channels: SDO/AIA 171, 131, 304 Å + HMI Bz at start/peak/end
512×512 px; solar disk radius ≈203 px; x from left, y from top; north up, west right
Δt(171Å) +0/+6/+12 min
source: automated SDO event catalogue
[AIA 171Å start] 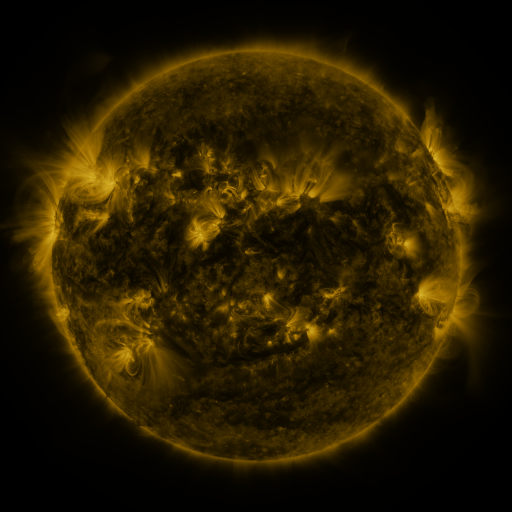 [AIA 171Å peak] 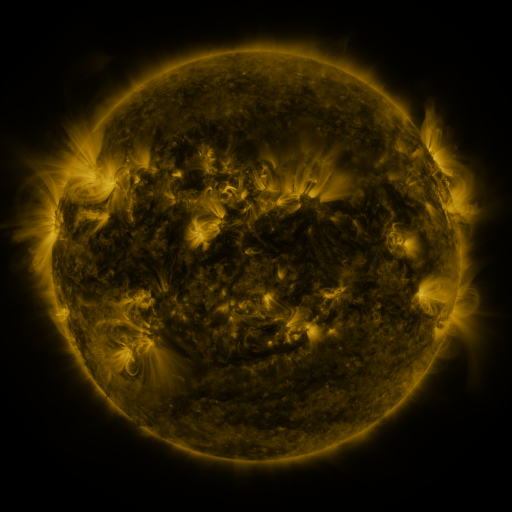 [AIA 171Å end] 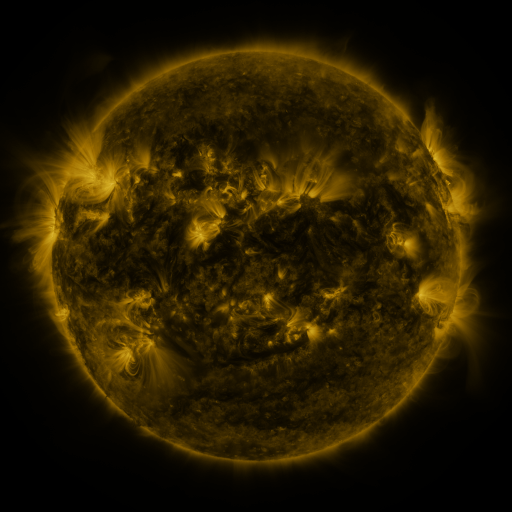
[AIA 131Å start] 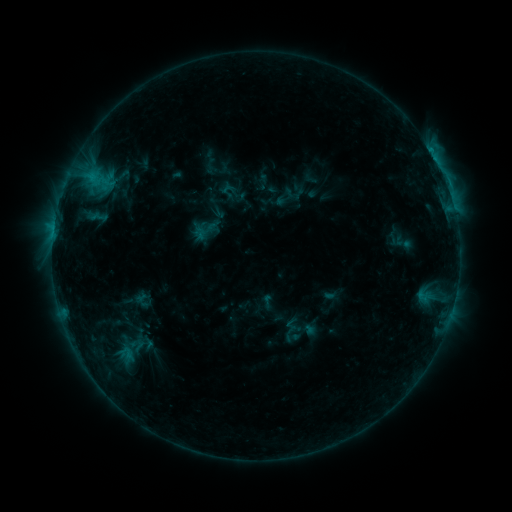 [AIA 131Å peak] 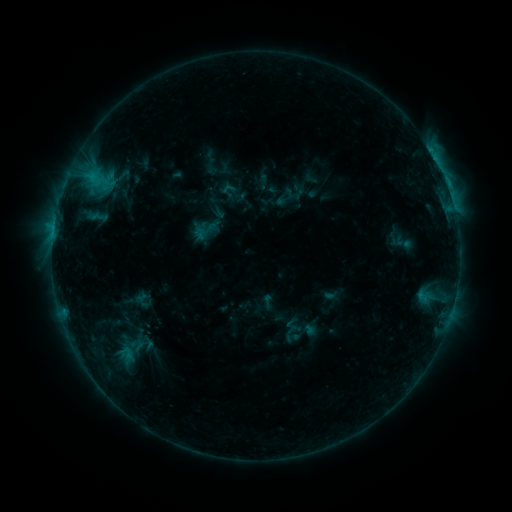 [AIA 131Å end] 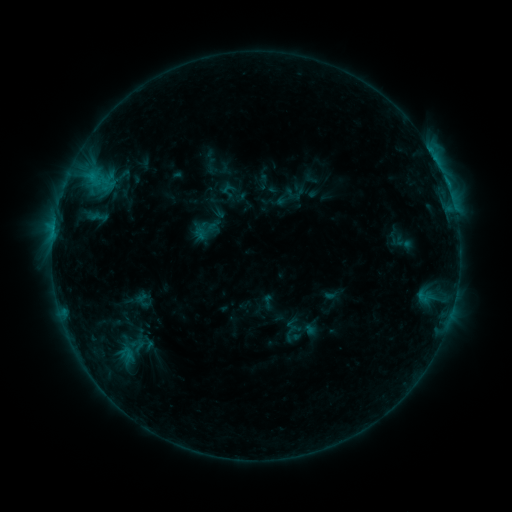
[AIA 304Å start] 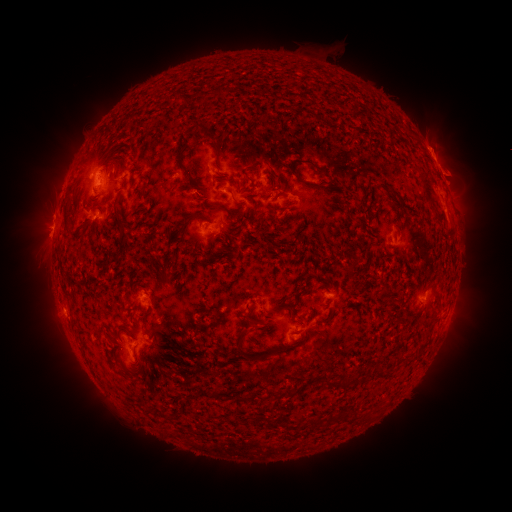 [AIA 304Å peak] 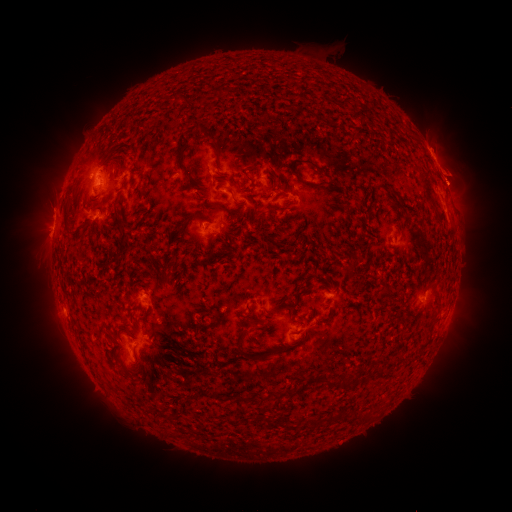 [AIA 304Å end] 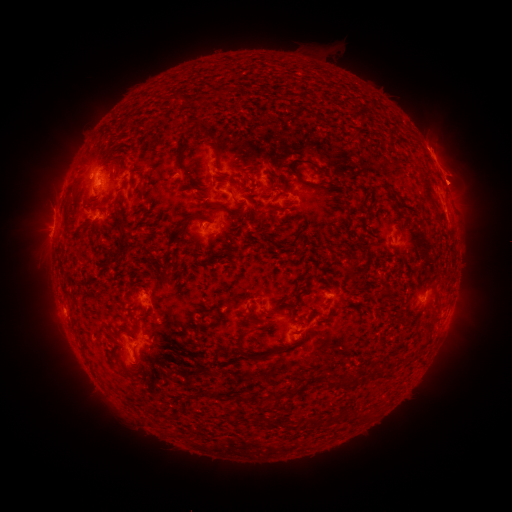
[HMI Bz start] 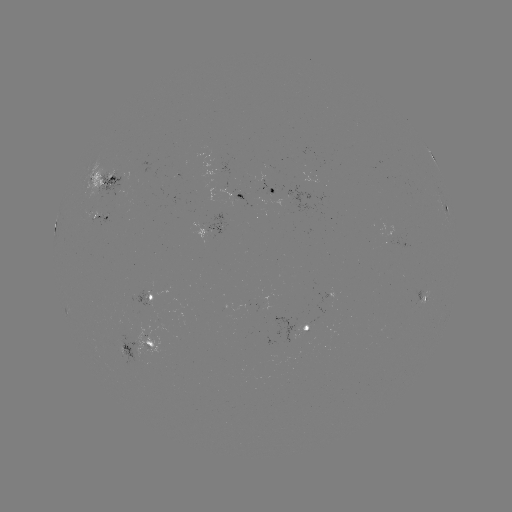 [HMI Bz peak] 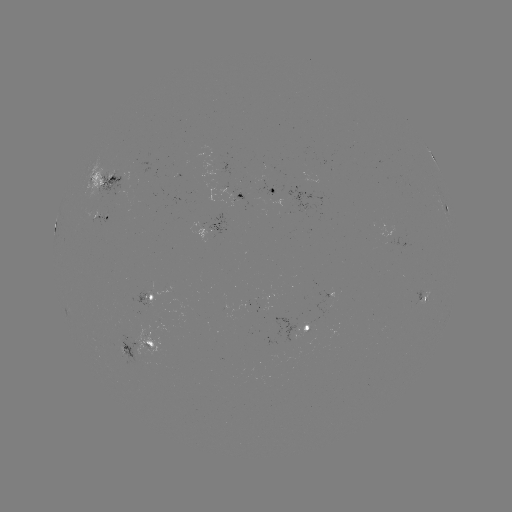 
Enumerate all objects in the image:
eruption: (457, 179)
